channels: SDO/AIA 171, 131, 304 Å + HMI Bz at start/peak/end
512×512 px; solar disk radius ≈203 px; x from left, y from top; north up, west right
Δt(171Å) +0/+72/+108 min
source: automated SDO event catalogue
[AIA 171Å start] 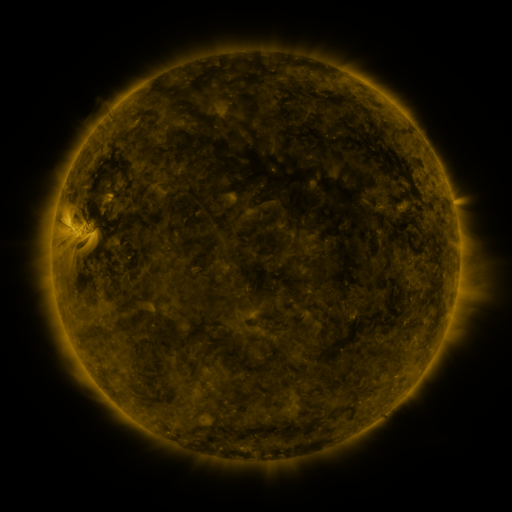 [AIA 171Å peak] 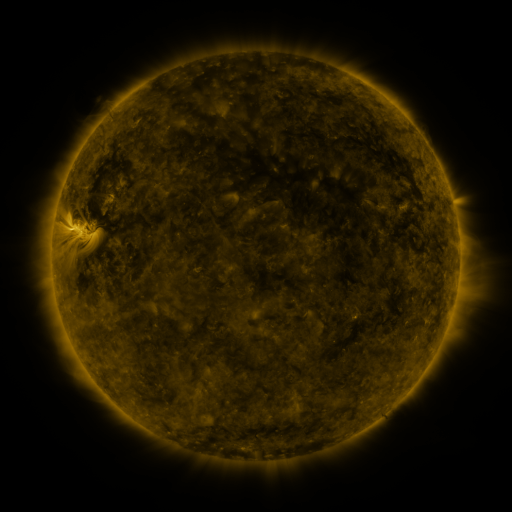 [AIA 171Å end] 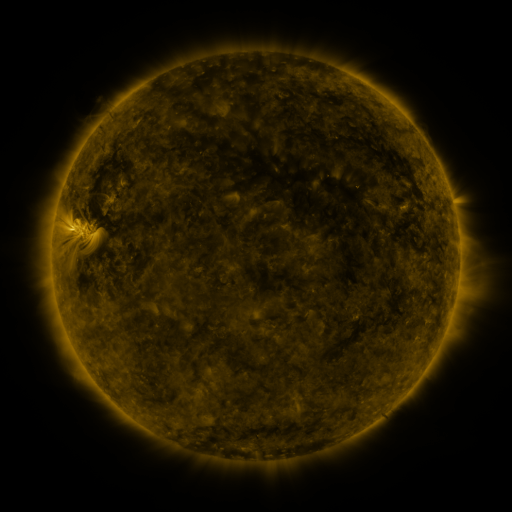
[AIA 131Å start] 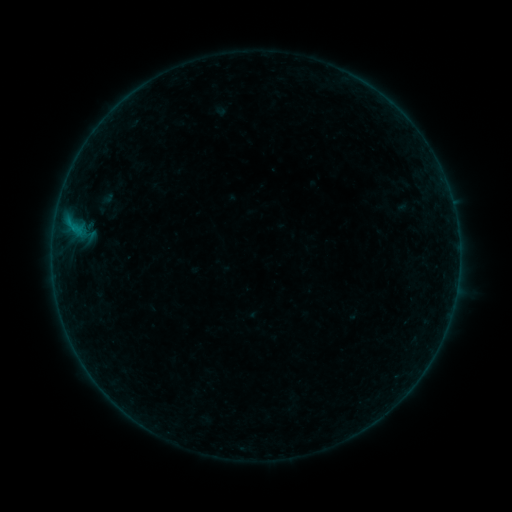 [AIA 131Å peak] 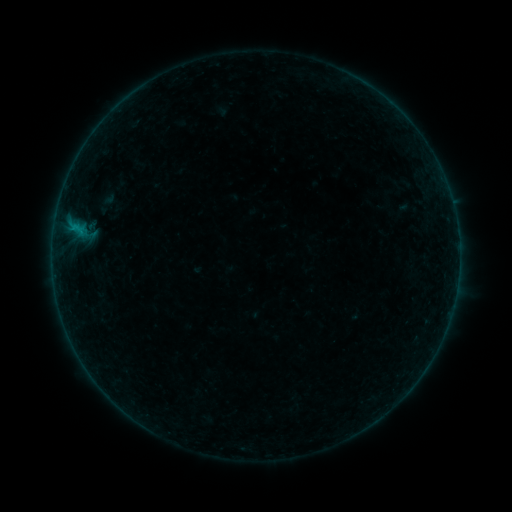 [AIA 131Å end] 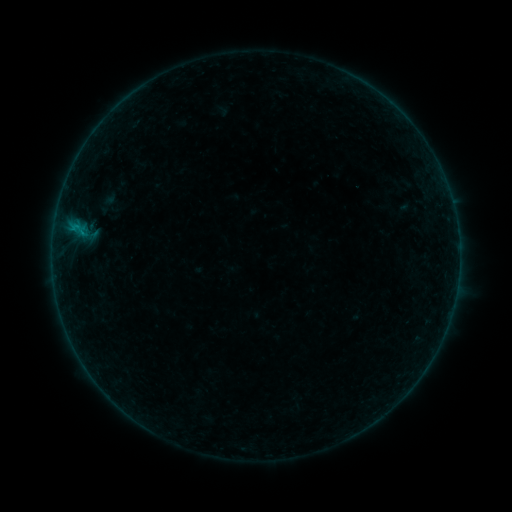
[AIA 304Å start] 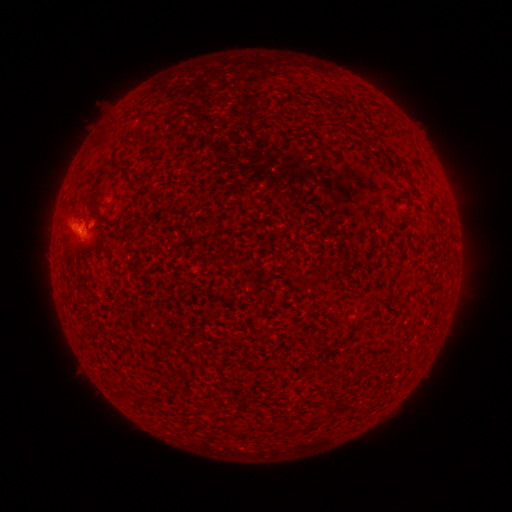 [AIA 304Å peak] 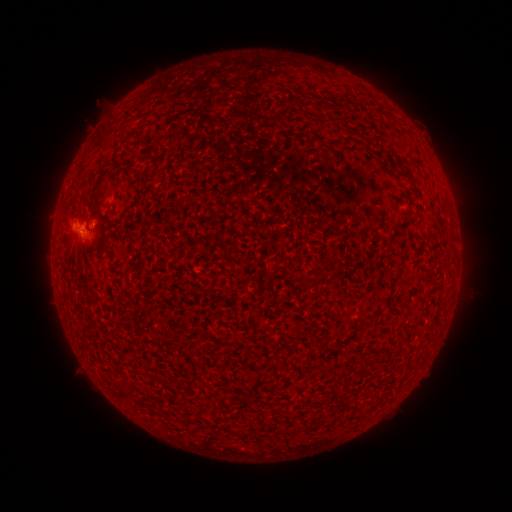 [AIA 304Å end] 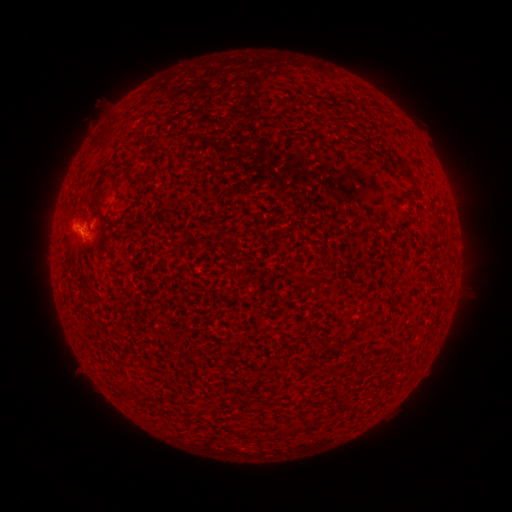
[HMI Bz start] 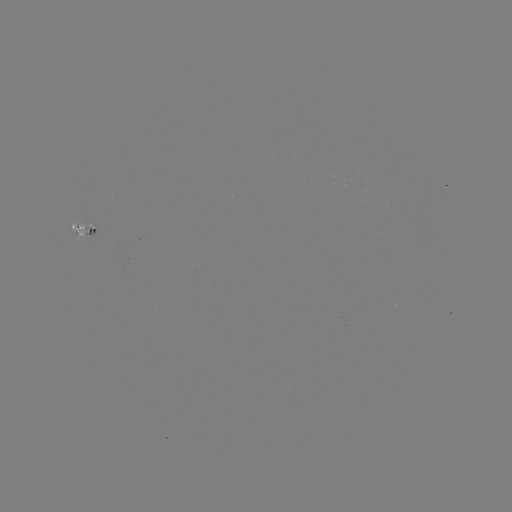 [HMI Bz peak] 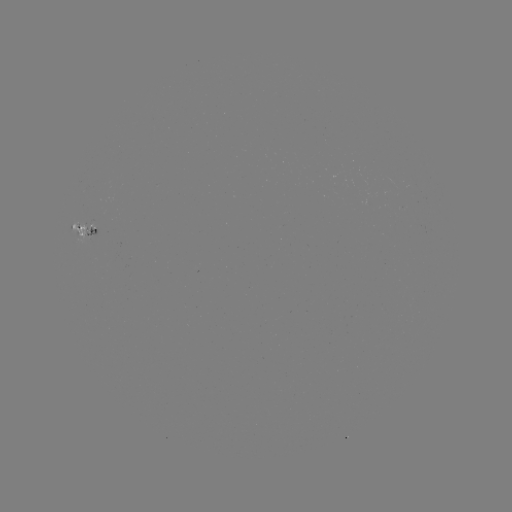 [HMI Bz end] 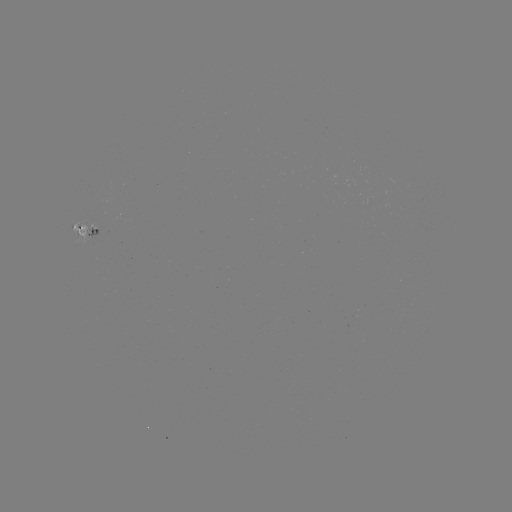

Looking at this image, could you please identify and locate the emerging-flux region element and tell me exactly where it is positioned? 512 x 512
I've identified emerging-flux region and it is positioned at (93, 227).